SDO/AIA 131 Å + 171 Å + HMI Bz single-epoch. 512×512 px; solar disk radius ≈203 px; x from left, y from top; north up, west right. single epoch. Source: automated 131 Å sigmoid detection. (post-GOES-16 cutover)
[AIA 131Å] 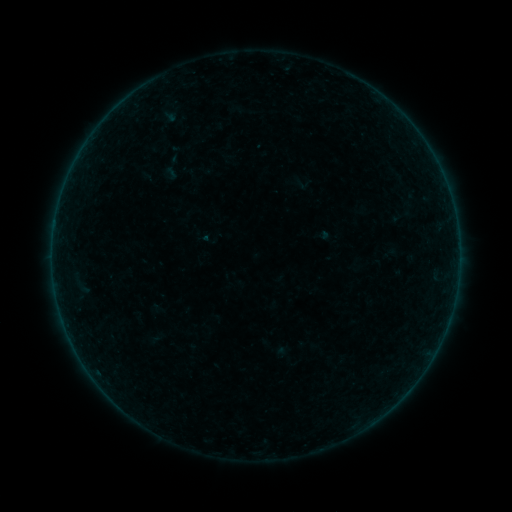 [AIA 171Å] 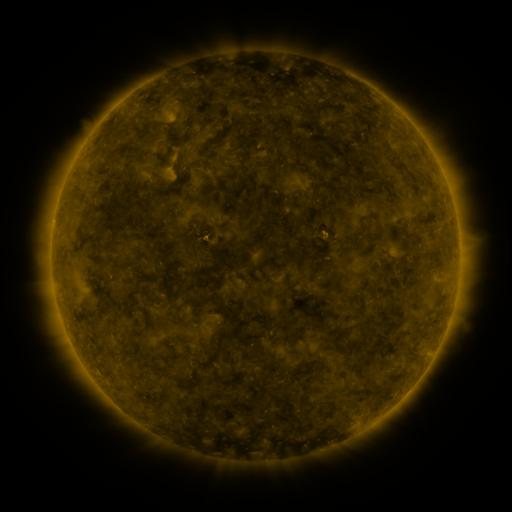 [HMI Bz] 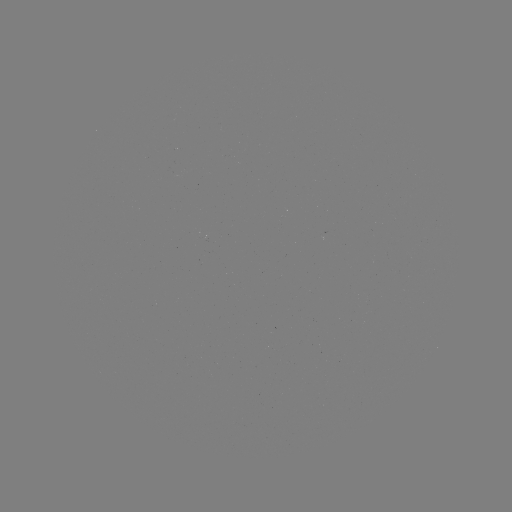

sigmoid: <bbox>159, 155, 185, 181</bbox>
